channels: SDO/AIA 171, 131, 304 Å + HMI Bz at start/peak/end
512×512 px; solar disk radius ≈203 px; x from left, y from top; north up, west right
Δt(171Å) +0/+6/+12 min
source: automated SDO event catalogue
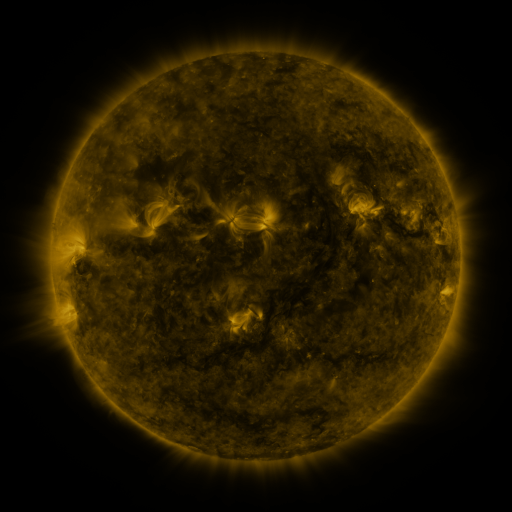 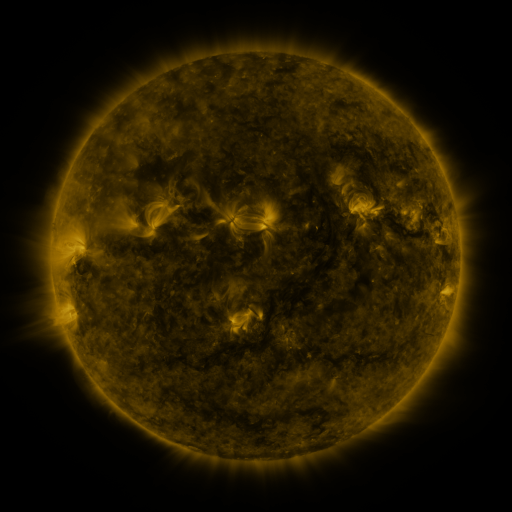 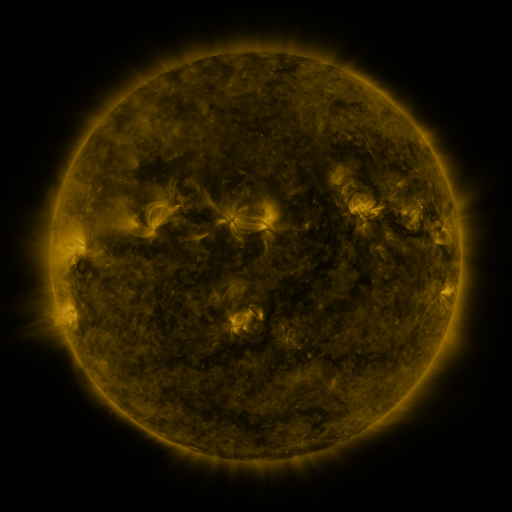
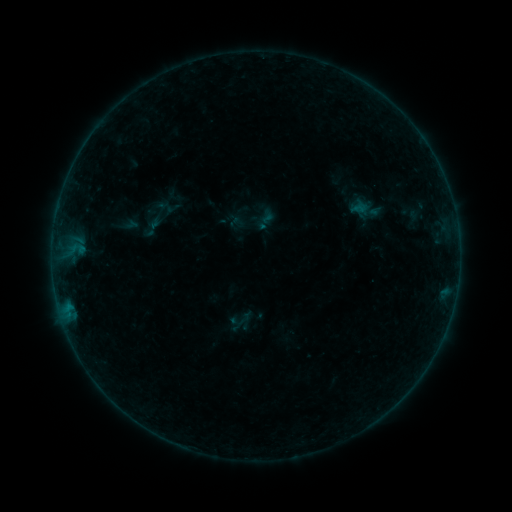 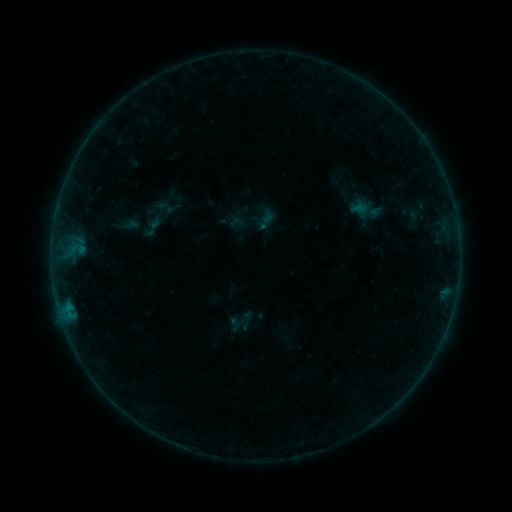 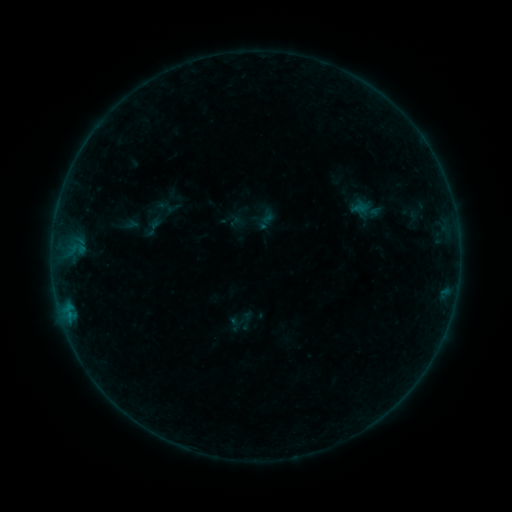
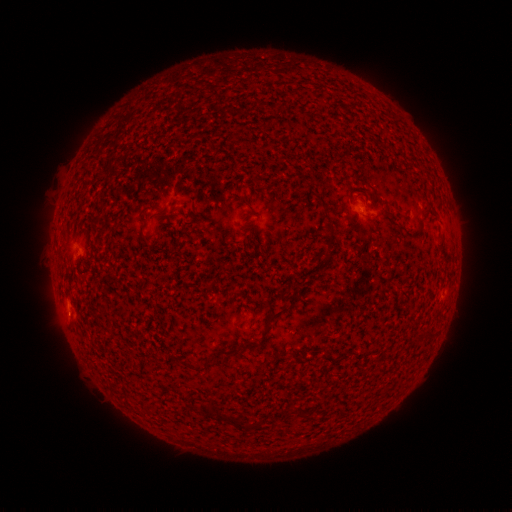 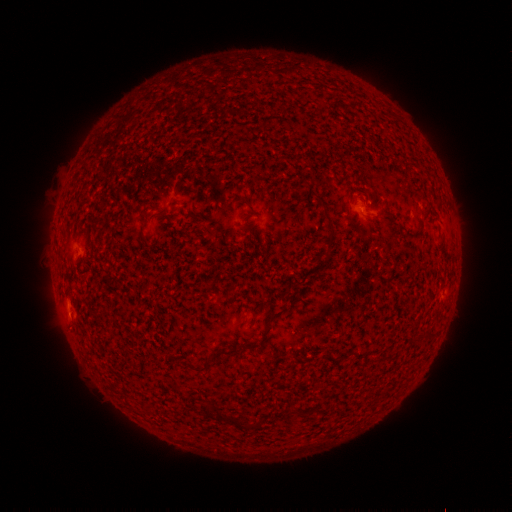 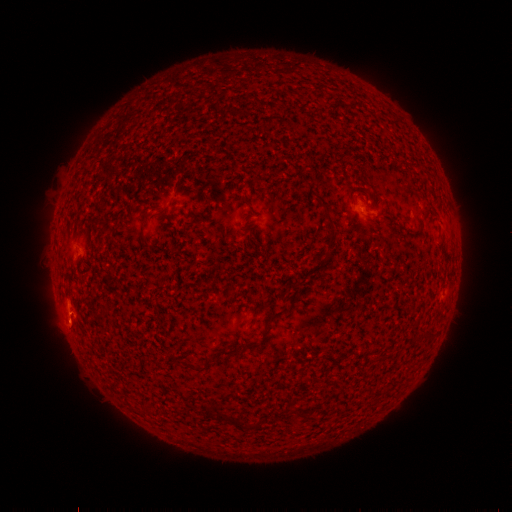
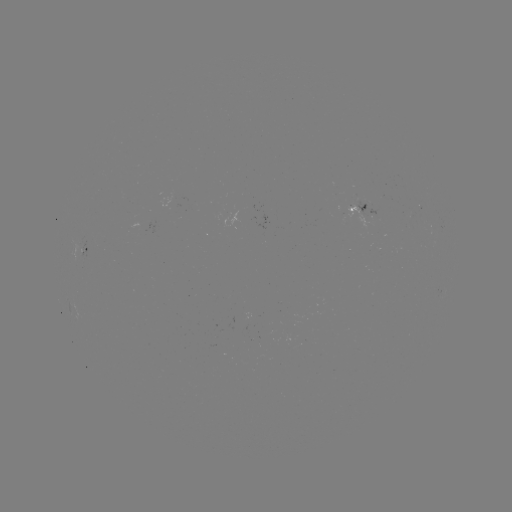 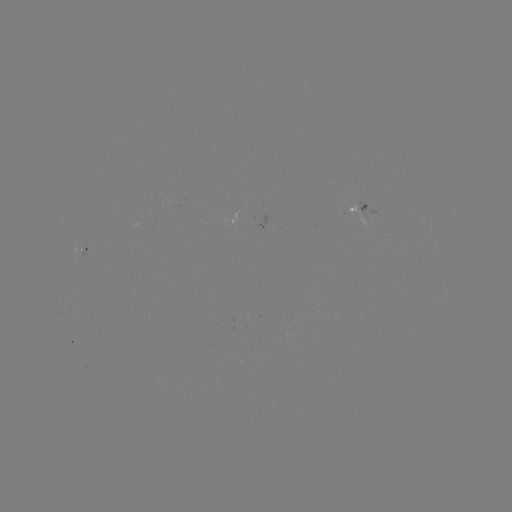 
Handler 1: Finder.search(B1.5 flare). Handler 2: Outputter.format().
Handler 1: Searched B1.5 flare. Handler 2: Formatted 70,314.